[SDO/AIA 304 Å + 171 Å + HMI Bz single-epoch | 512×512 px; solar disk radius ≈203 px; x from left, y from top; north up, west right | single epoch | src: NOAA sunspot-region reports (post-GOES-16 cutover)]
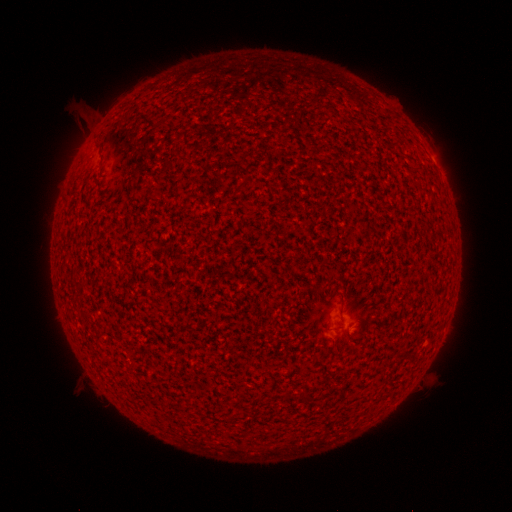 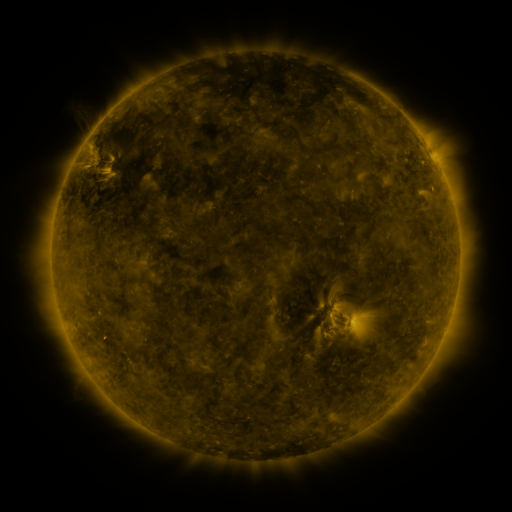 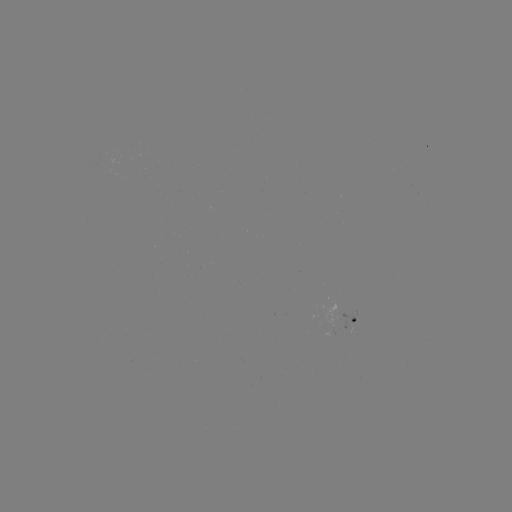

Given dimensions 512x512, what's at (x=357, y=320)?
spotted active region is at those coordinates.